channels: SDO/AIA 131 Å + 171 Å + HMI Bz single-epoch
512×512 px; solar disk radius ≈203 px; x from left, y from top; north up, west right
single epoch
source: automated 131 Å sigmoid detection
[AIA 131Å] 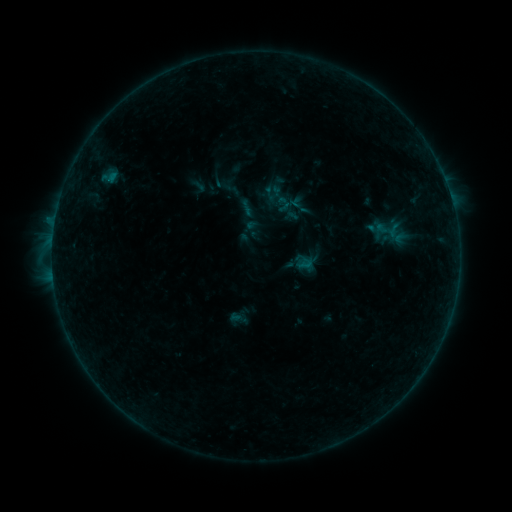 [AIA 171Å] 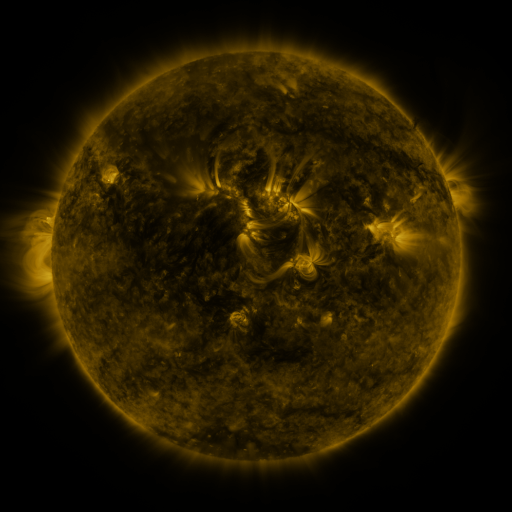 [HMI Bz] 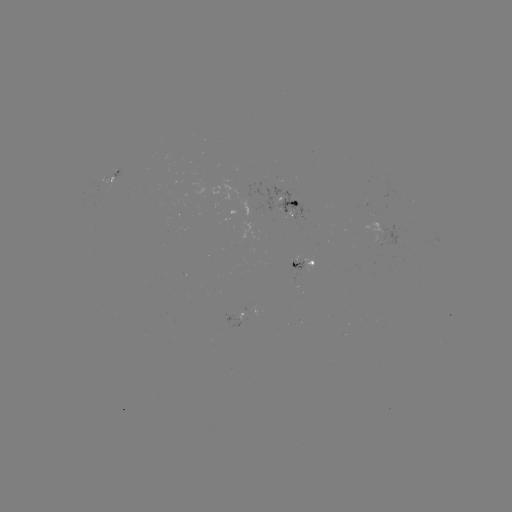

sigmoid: [290, 197, 313, 219]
